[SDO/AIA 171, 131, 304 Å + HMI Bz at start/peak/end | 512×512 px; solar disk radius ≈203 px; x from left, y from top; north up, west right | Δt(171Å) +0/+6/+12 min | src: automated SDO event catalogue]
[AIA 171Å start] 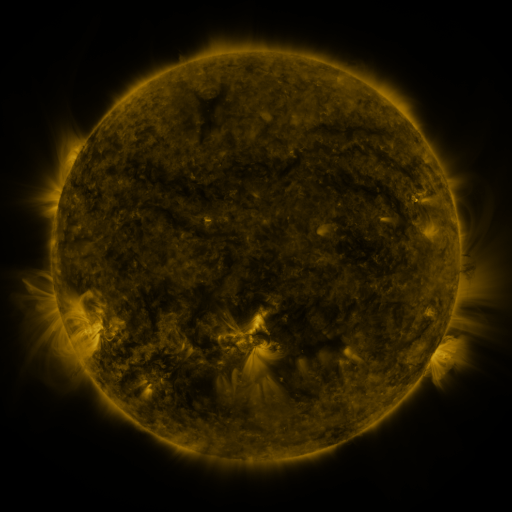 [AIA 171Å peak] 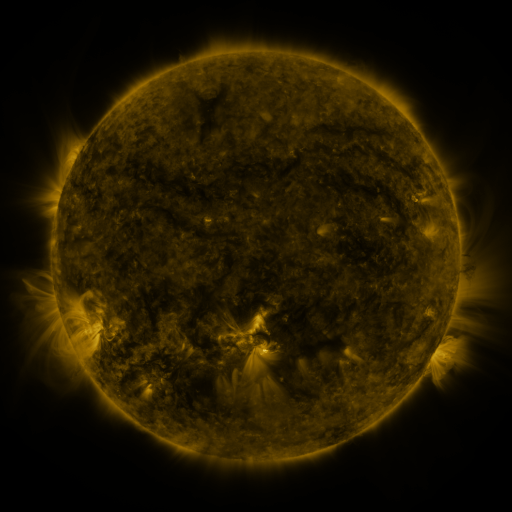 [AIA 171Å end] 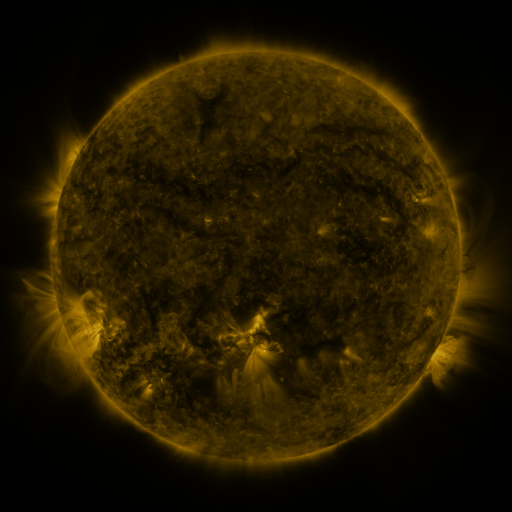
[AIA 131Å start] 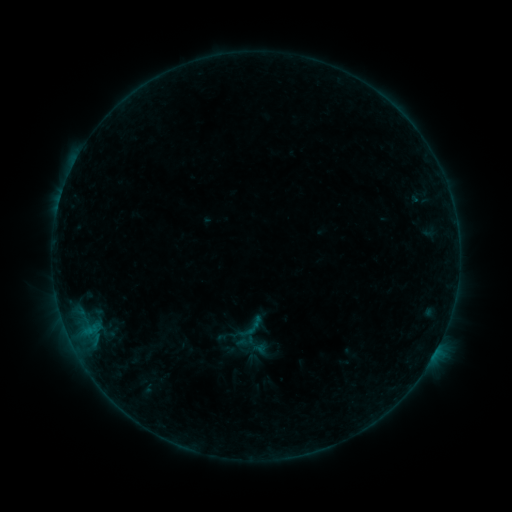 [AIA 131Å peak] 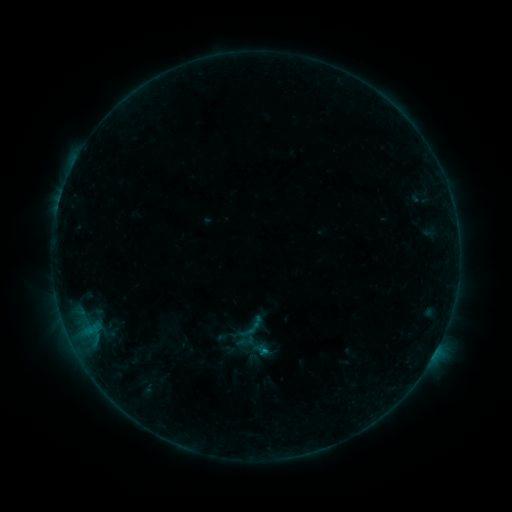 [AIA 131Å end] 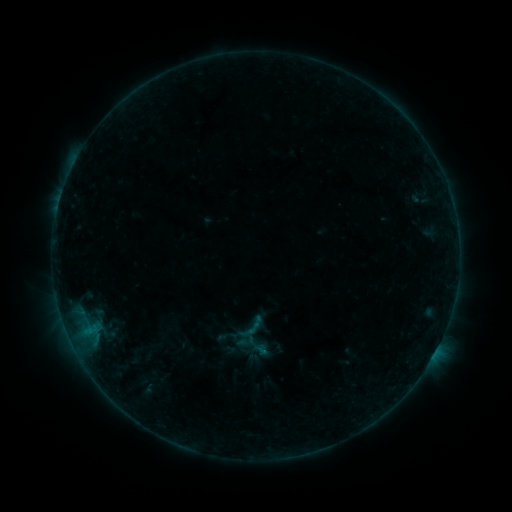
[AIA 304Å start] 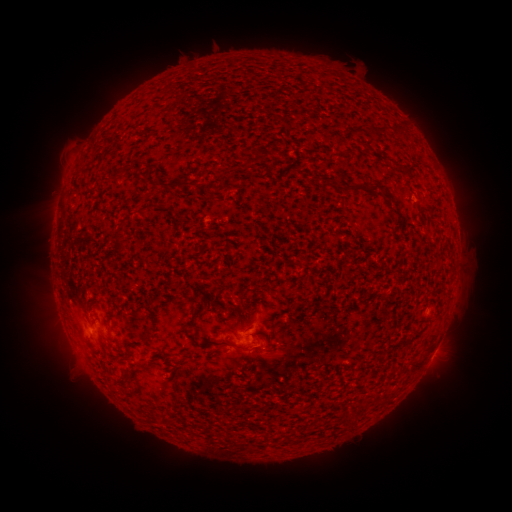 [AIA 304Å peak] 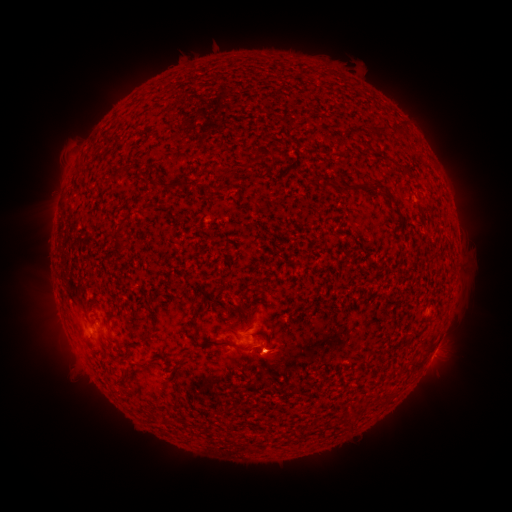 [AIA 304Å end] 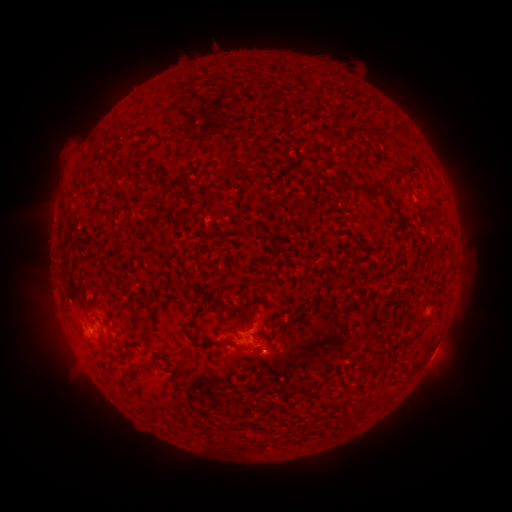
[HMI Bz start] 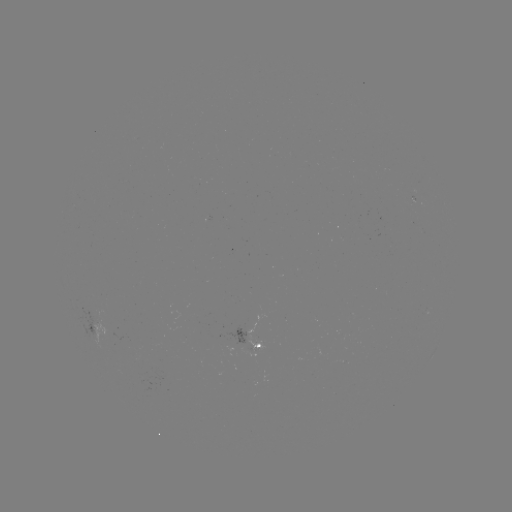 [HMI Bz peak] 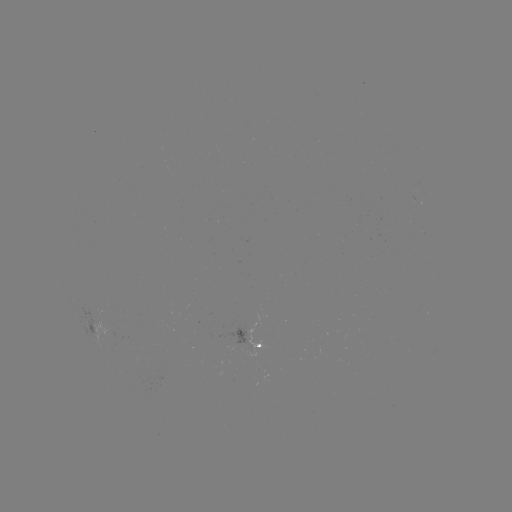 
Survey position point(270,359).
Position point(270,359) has eruption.